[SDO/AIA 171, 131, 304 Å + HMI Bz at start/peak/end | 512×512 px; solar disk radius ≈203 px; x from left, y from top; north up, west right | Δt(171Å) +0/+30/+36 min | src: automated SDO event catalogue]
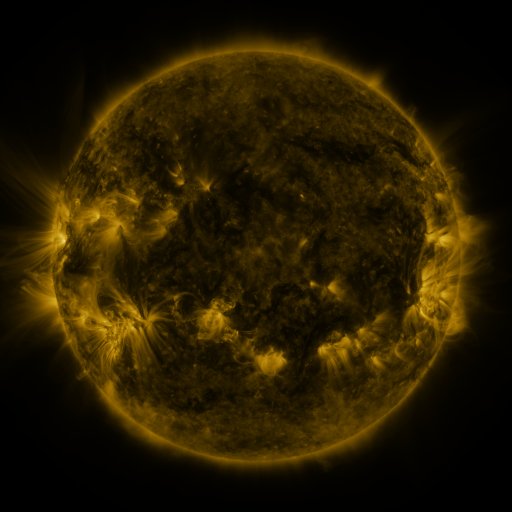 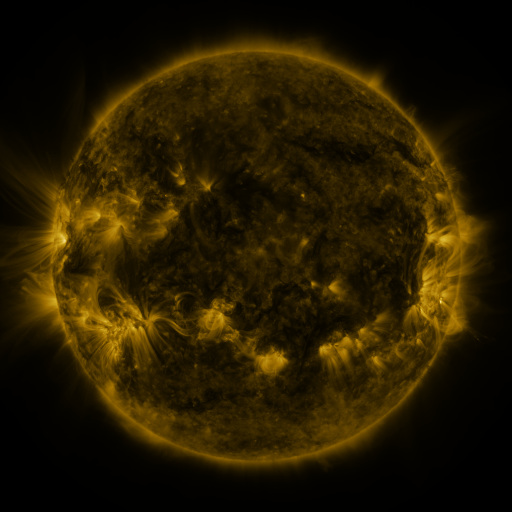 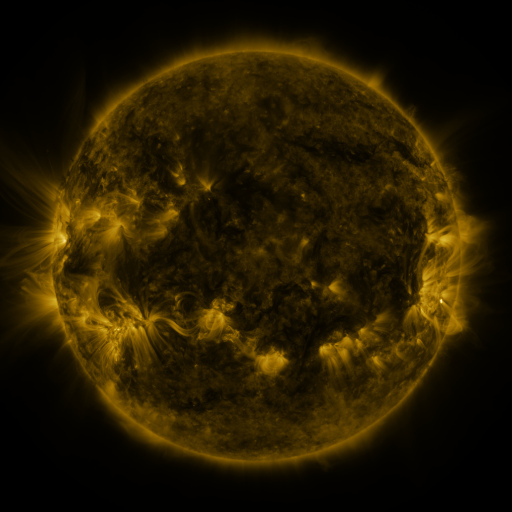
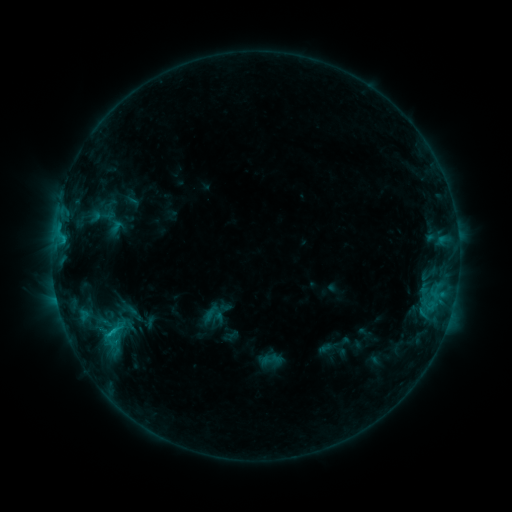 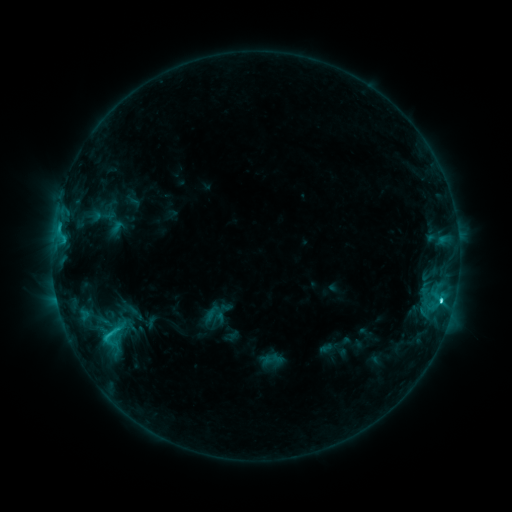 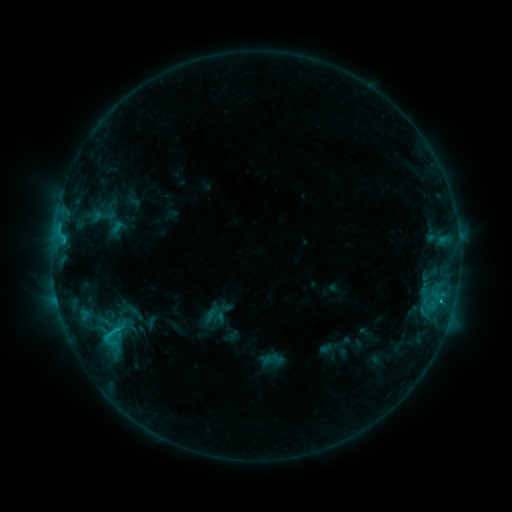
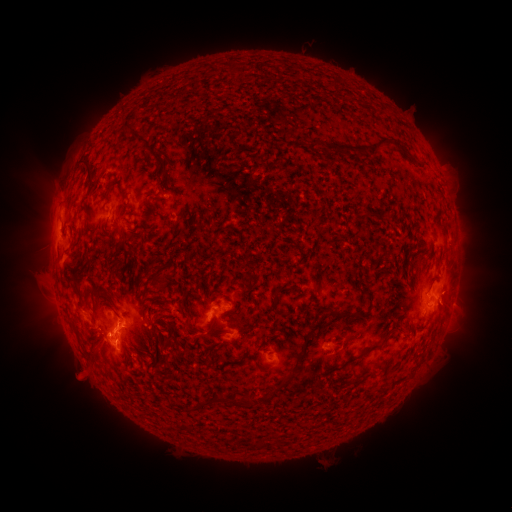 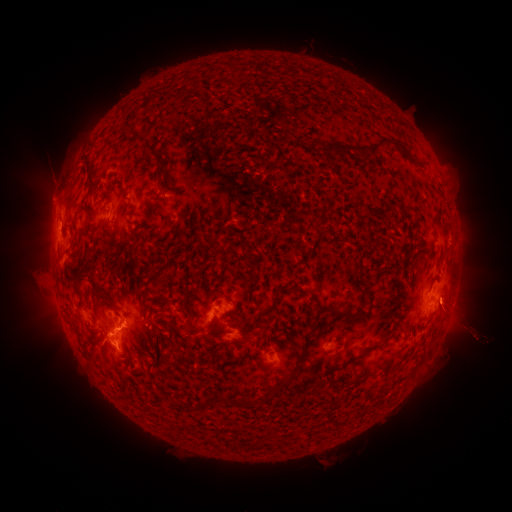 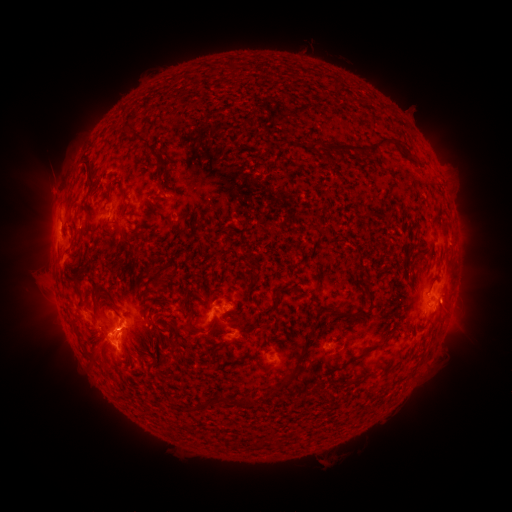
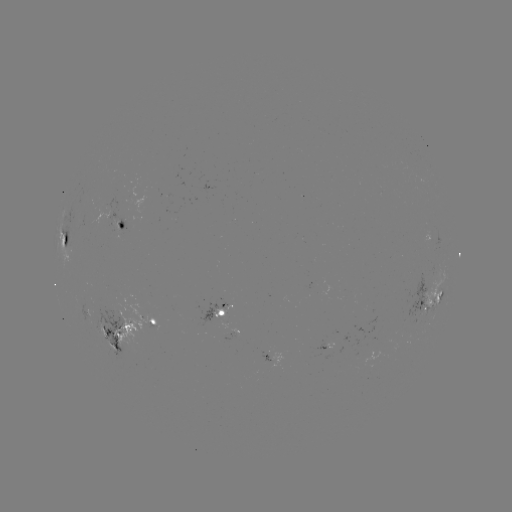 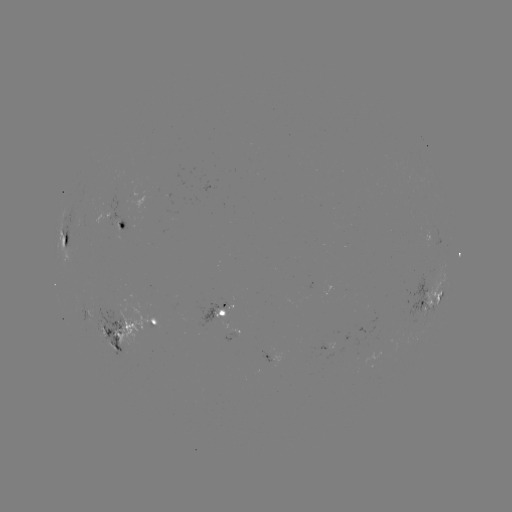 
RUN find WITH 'C3.5 flare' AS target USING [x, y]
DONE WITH [441, 298] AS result